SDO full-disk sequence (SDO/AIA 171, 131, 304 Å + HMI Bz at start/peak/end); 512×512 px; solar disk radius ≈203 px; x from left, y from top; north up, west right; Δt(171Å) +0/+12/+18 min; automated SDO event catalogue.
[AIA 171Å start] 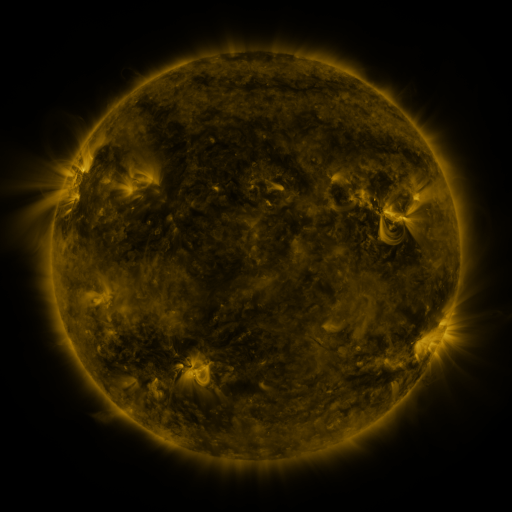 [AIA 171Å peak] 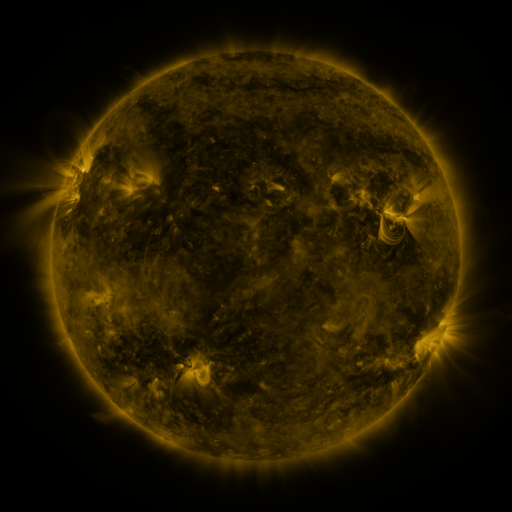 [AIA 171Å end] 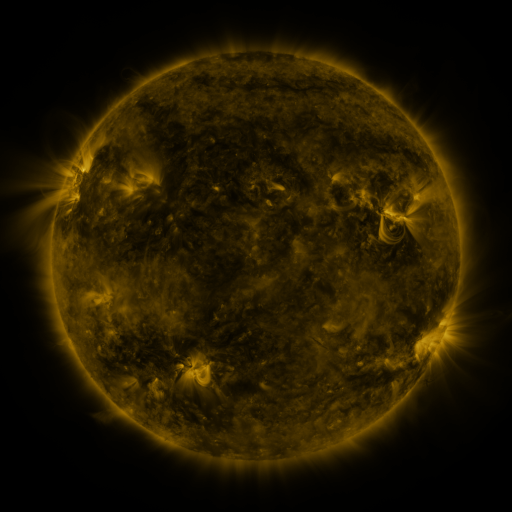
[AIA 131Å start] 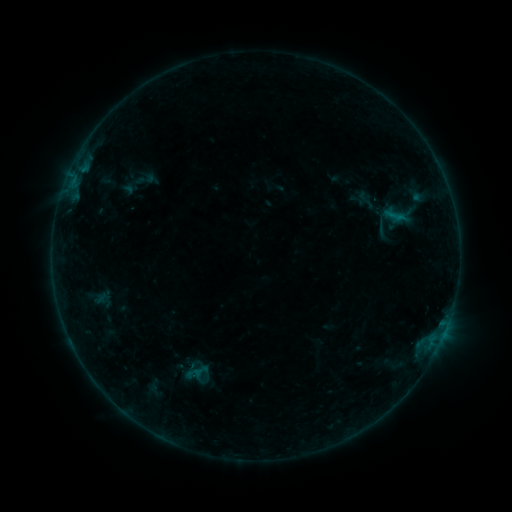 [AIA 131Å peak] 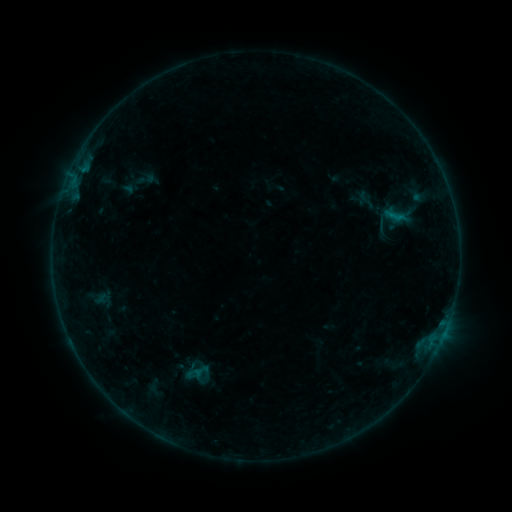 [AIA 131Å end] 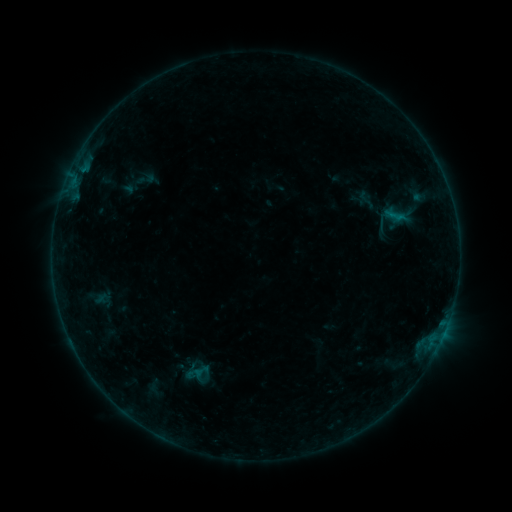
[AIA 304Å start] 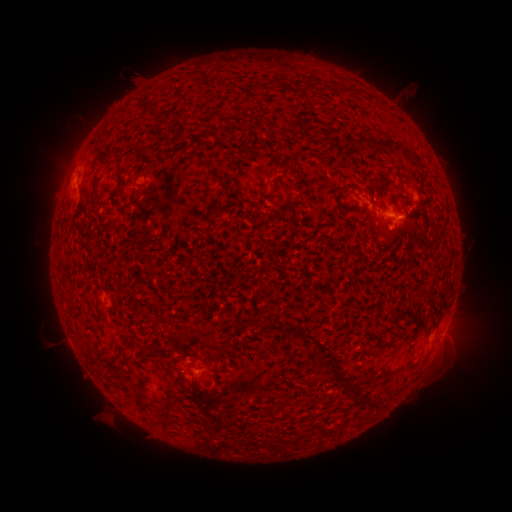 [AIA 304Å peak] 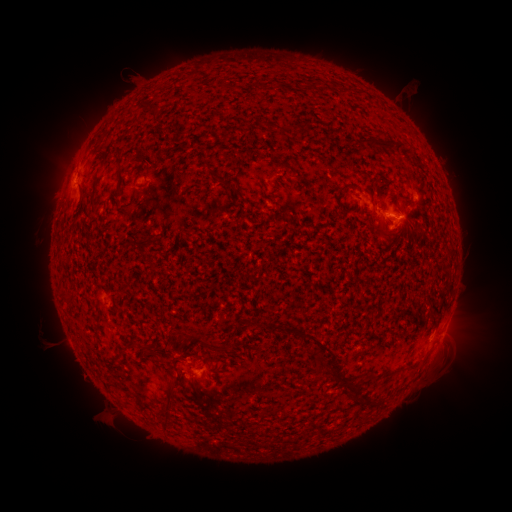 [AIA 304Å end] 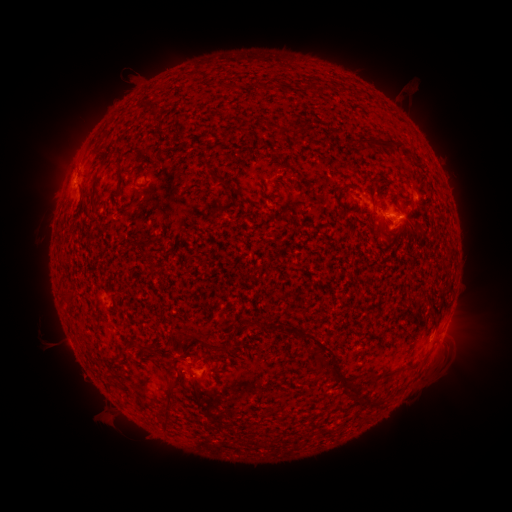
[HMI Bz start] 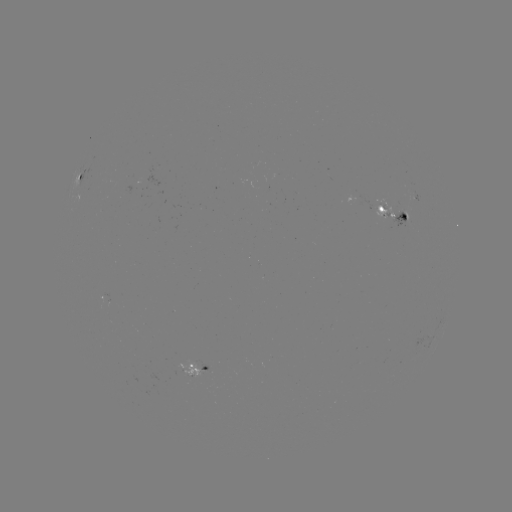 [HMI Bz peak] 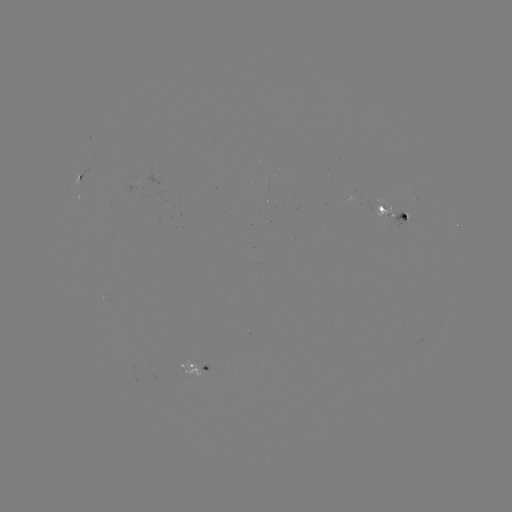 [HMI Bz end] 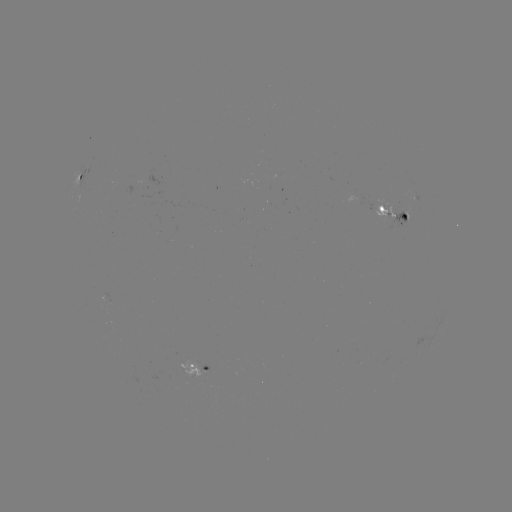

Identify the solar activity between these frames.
B2.5 flare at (194, 374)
